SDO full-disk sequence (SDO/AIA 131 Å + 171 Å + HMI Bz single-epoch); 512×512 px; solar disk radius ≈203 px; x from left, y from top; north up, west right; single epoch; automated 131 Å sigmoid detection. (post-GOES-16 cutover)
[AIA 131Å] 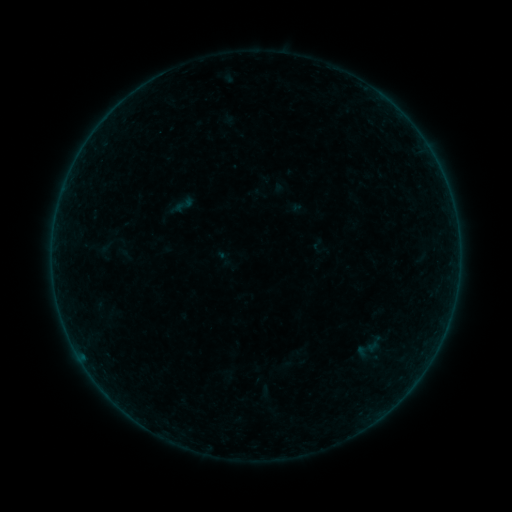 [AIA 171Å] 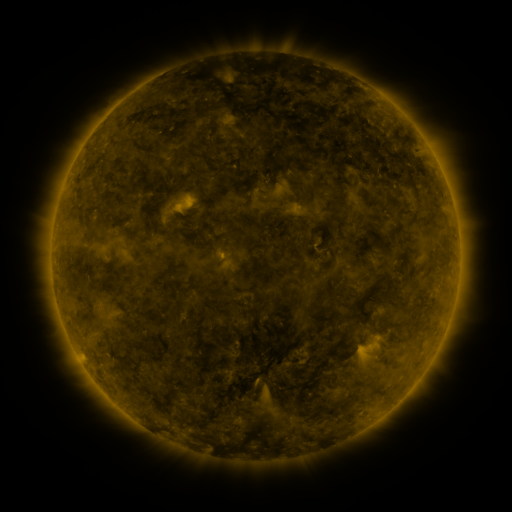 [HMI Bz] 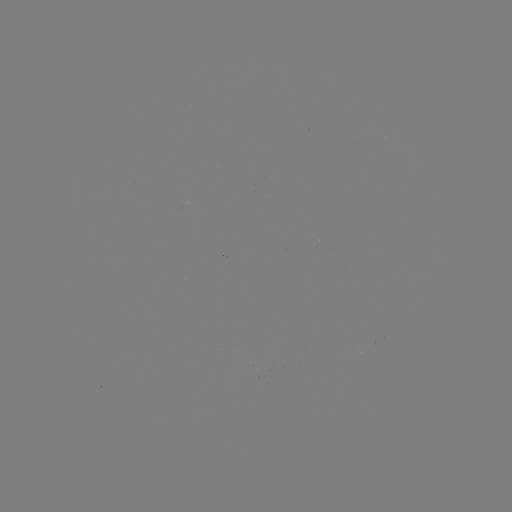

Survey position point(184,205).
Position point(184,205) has sigmoid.